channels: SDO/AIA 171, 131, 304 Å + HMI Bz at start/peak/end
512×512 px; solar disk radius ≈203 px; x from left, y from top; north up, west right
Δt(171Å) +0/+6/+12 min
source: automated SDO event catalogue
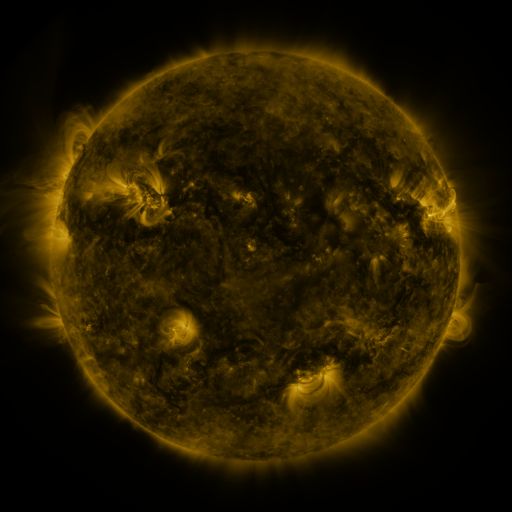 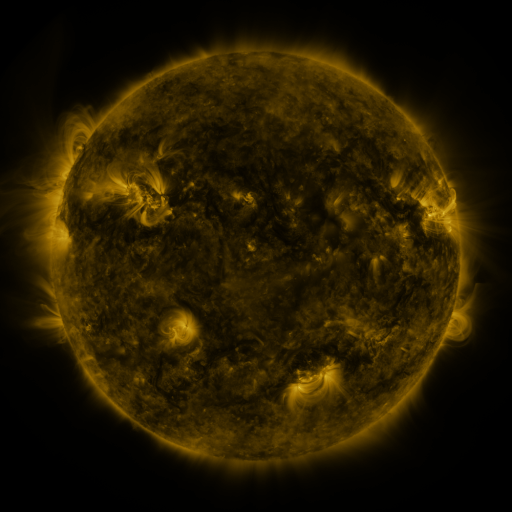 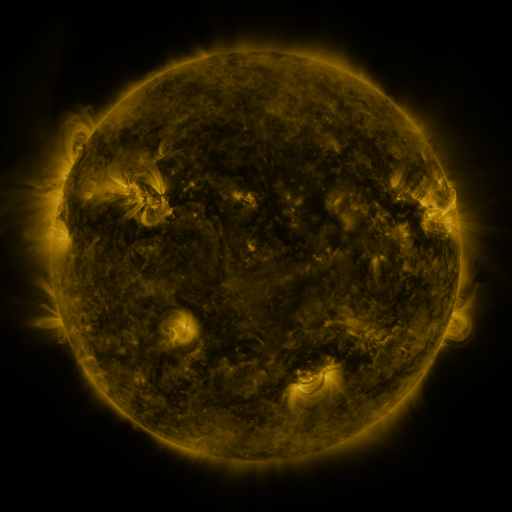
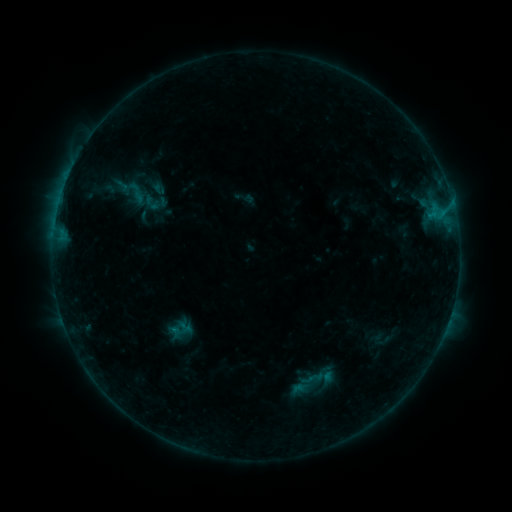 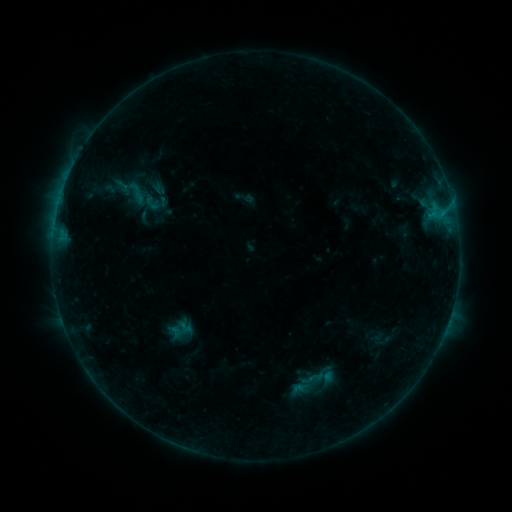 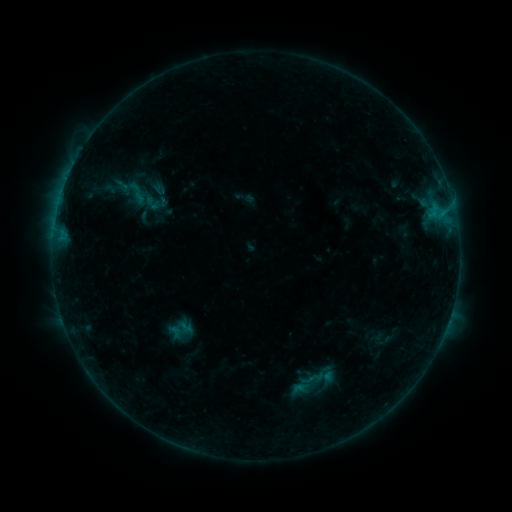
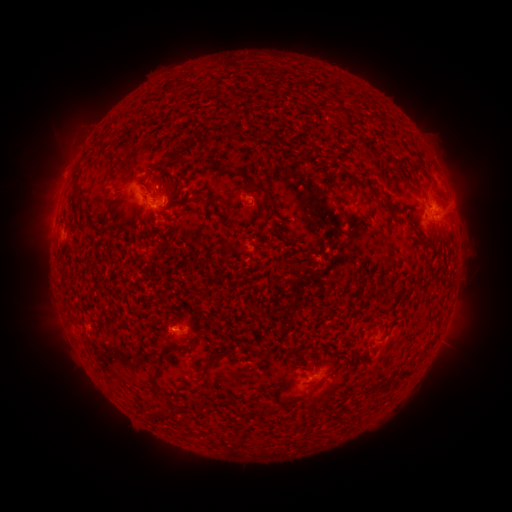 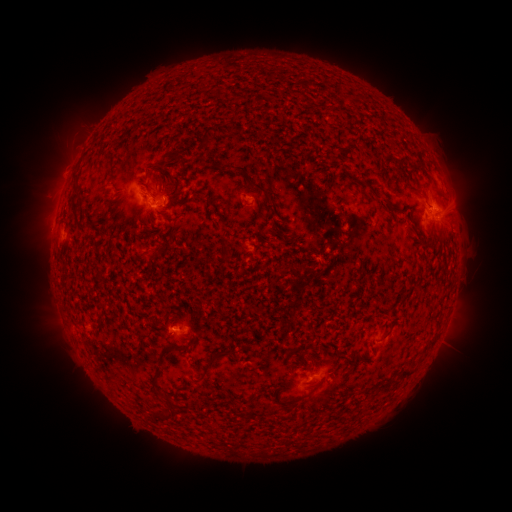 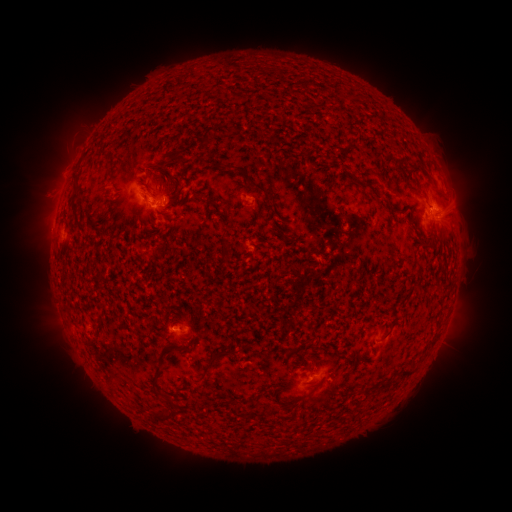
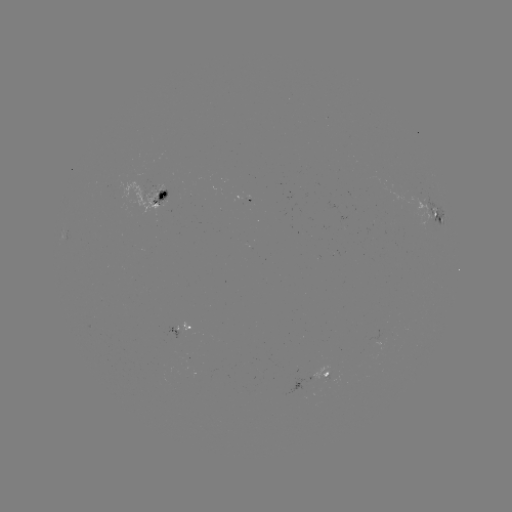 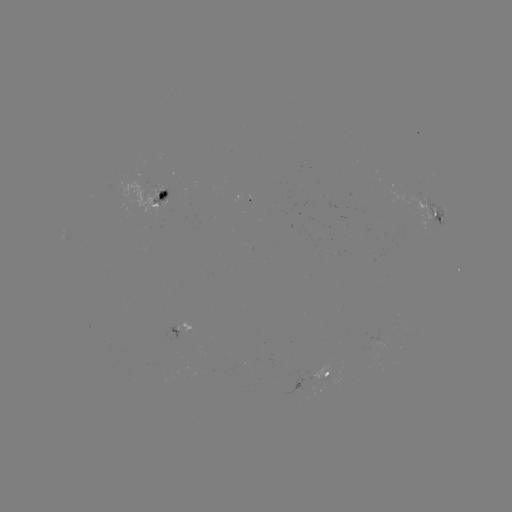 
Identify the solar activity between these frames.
no catalogued flare and no flagged EUV brightening in this window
